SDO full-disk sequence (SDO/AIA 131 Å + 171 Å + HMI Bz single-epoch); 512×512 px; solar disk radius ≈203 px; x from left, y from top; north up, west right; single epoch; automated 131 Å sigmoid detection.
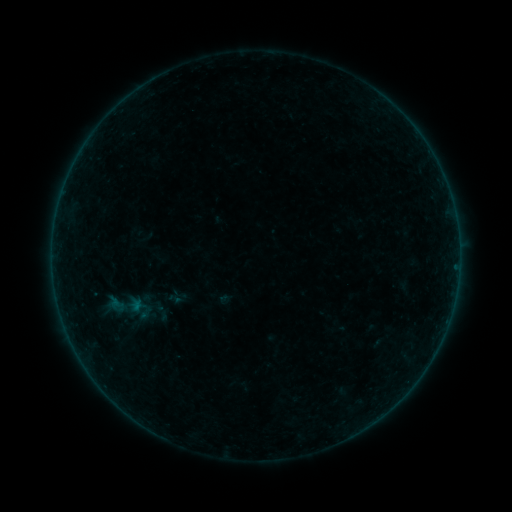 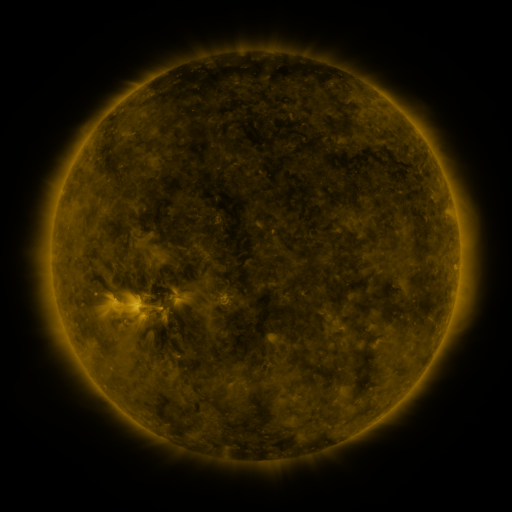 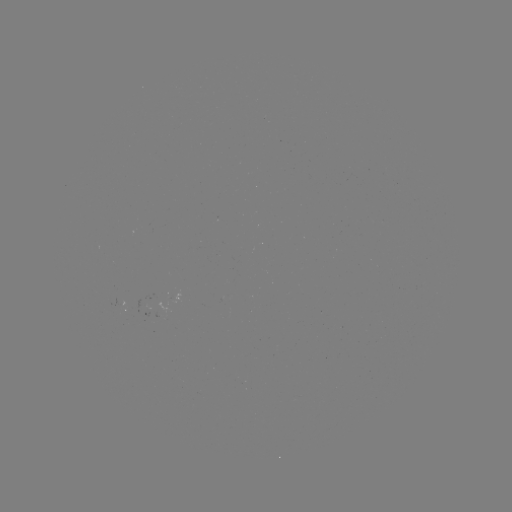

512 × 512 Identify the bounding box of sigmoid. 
[92, 274, 159, 338].